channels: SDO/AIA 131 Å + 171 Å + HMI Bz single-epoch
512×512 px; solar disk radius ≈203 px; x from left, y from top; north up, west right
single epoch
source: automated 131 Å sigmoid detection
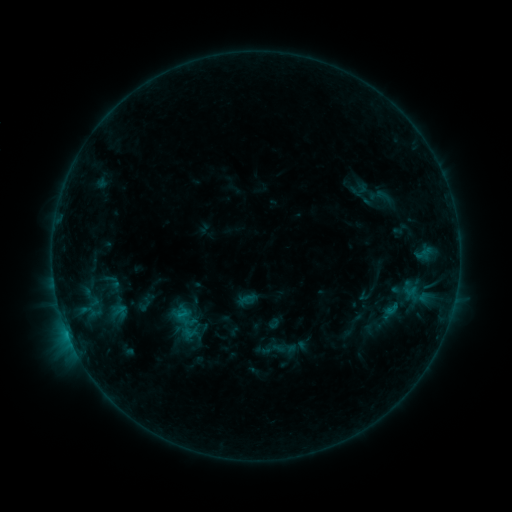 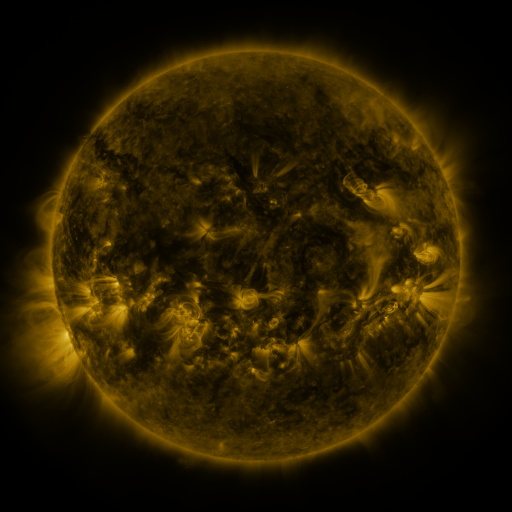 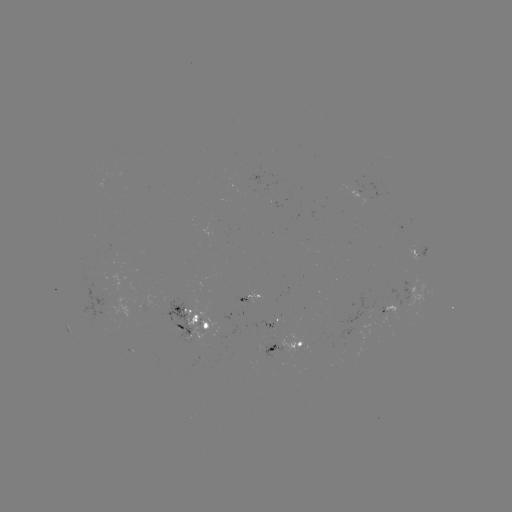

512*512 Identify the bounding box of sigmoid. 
[171, 307, 196, 328].